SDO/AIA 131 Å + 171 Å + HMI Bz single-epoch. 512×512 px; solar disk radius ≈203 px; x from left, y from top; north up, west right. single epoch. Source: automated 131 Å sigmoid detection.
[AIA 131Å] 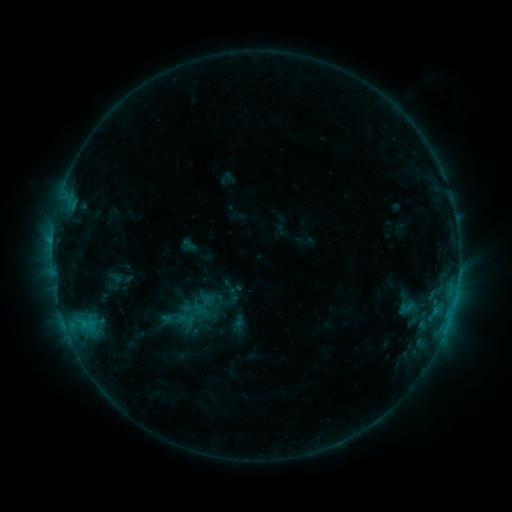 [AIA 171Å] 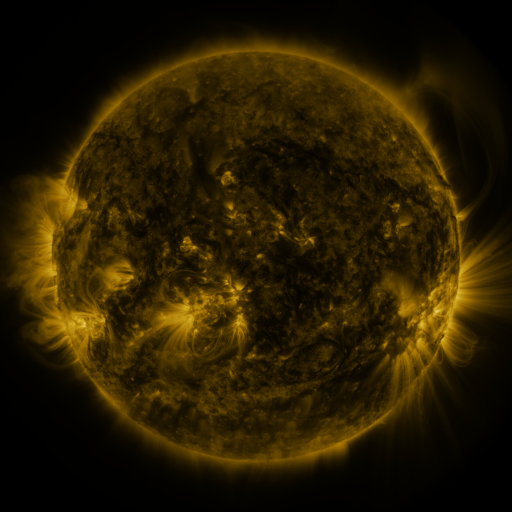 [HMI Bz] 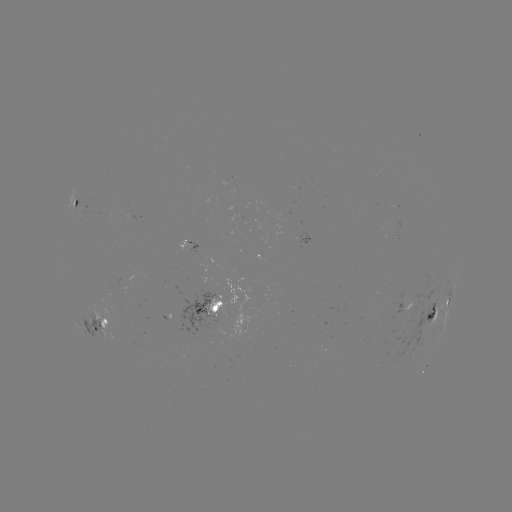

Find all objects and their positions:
sigmoid: <bbox>192, 296, 212, 314</bbox>
sigmoid: <bbox>398, 300, 414, 315</bbox>
